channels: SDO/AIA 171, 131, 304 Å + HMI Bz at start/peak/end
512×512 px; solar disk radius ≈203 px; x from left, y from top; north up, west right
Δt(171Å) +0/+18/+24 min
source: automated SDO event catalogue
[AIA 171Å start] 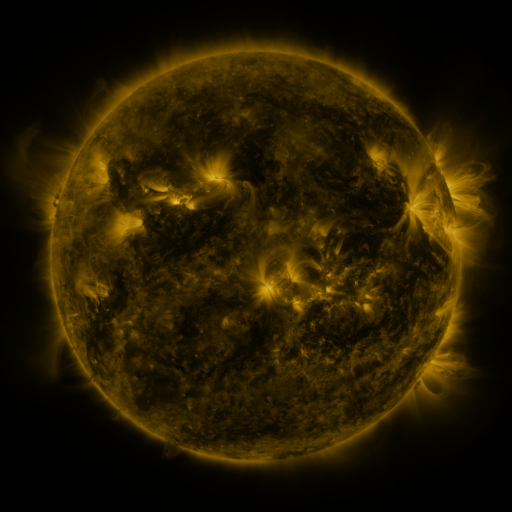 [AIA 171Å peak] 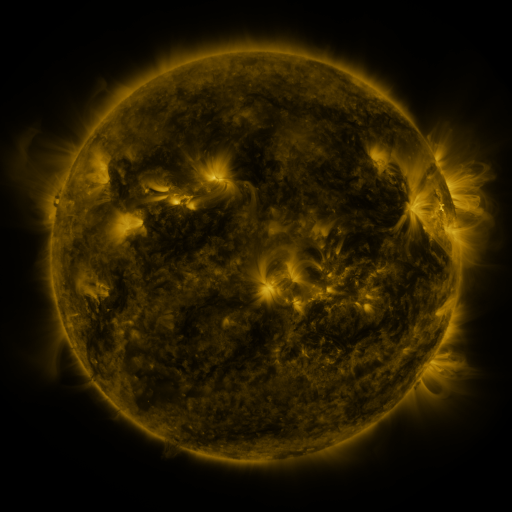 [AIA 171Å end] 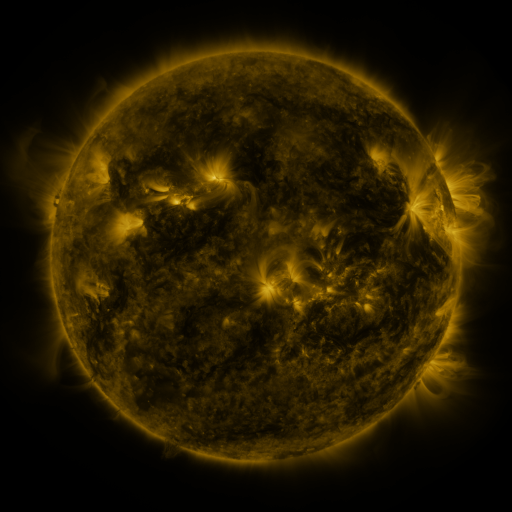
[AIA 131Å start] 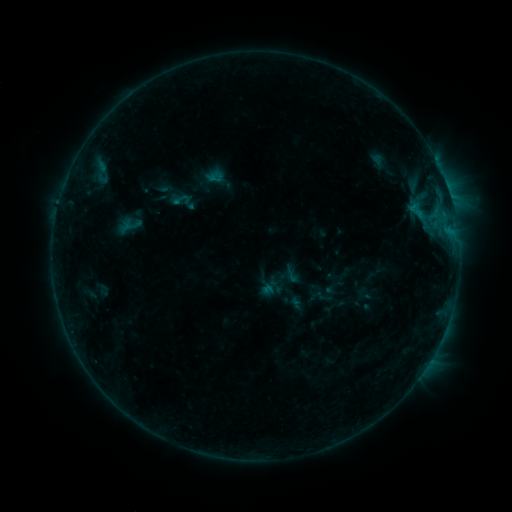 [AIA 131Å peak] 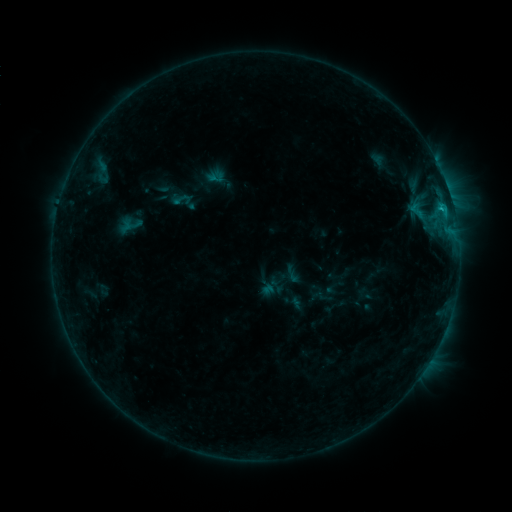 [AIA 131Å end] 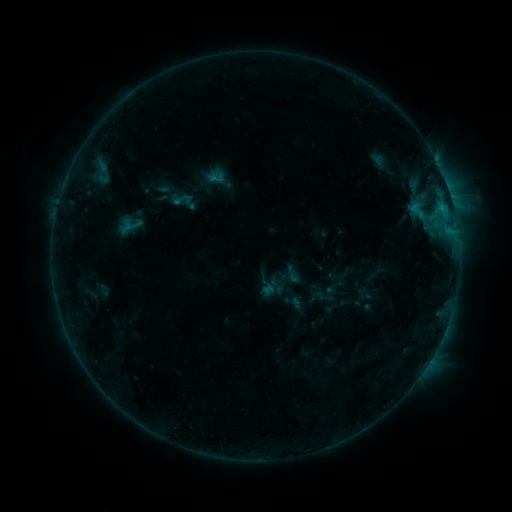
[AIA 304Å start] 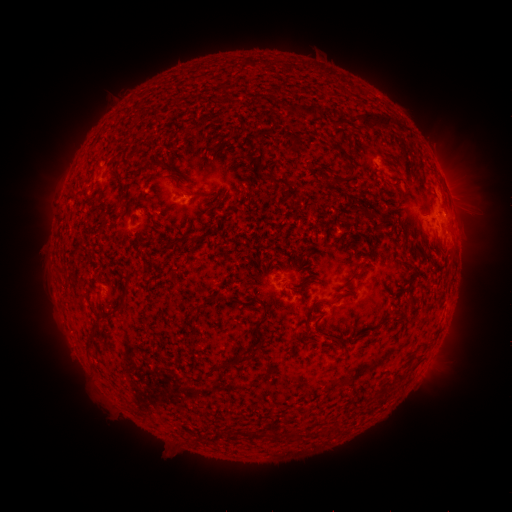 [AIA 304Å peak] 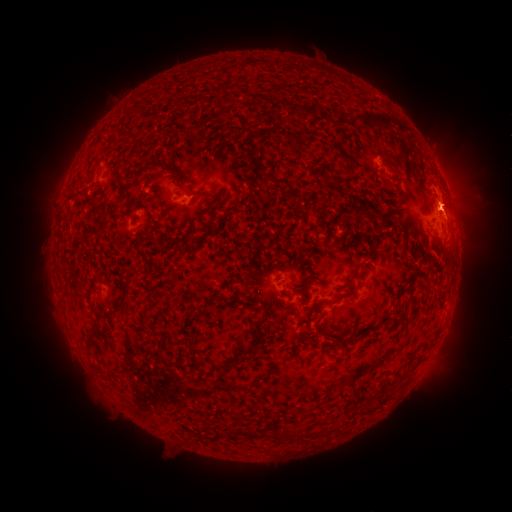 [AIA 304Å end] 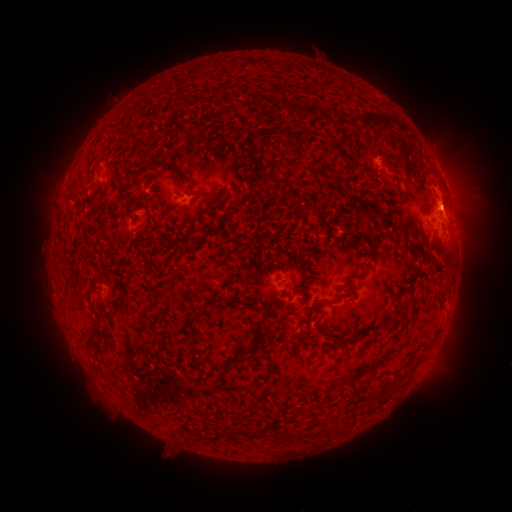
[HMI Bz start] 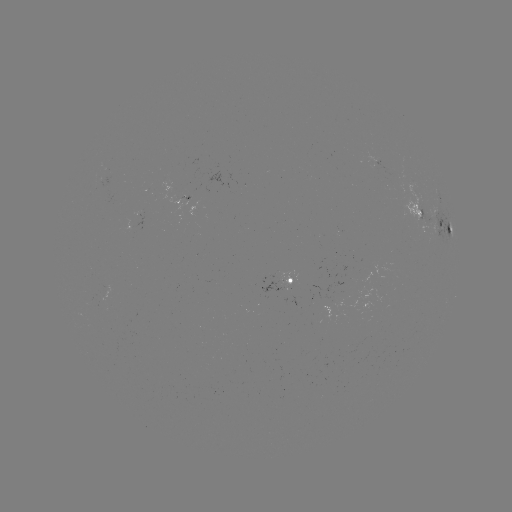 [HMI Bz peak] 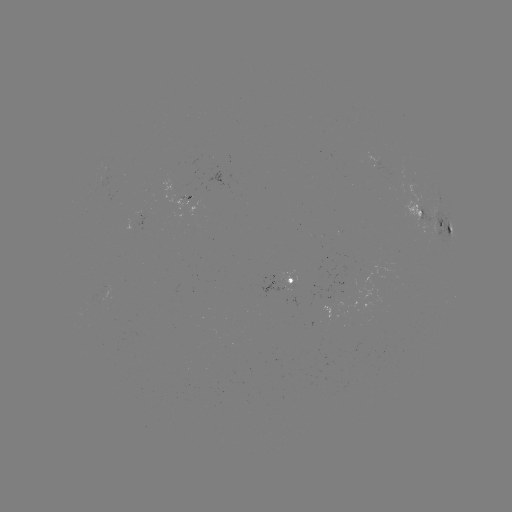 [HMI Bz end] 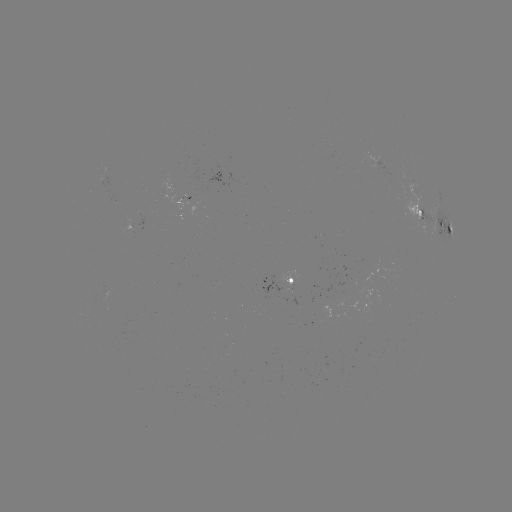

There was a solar flare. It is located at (441, 210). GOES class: B6.8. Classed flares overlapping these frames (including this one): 1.